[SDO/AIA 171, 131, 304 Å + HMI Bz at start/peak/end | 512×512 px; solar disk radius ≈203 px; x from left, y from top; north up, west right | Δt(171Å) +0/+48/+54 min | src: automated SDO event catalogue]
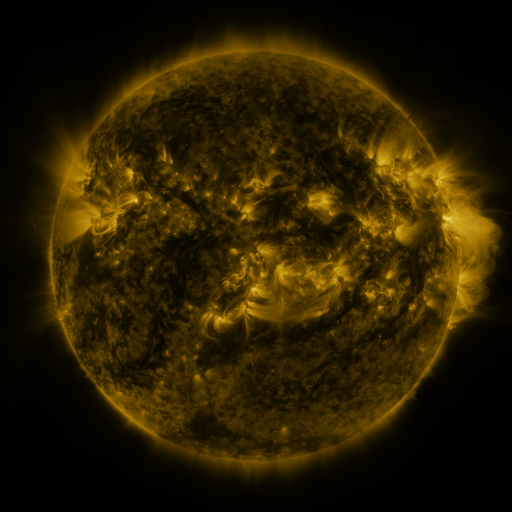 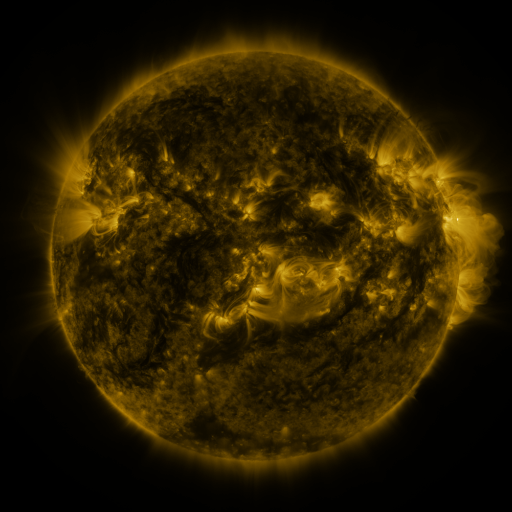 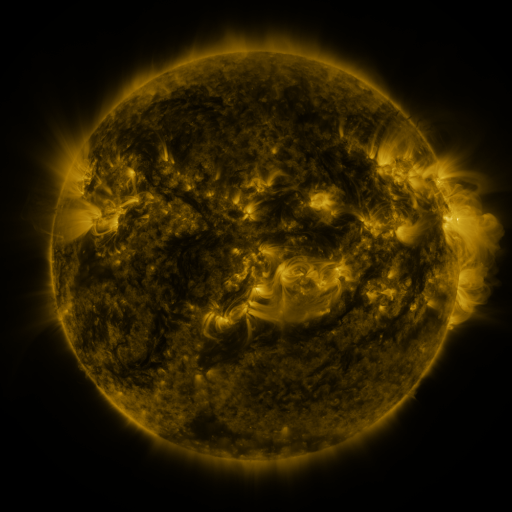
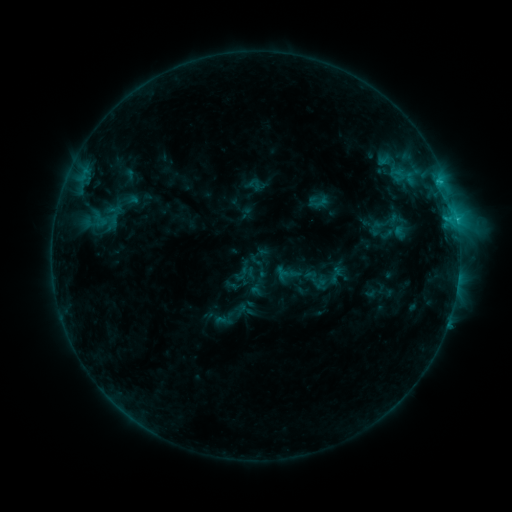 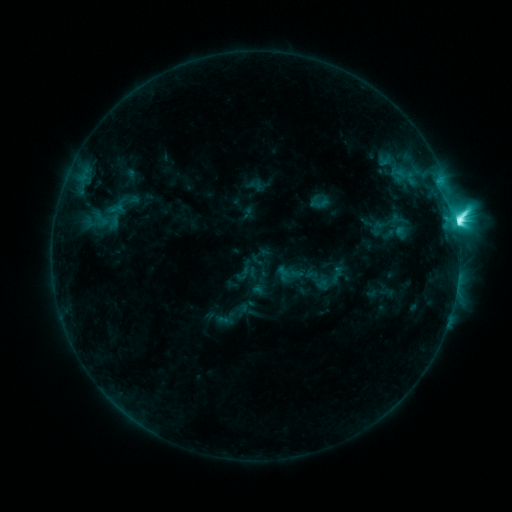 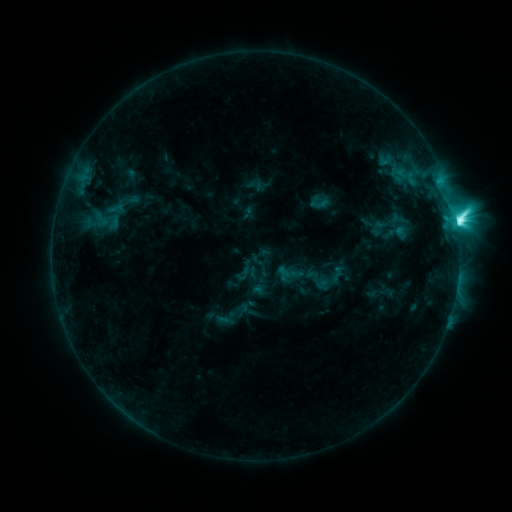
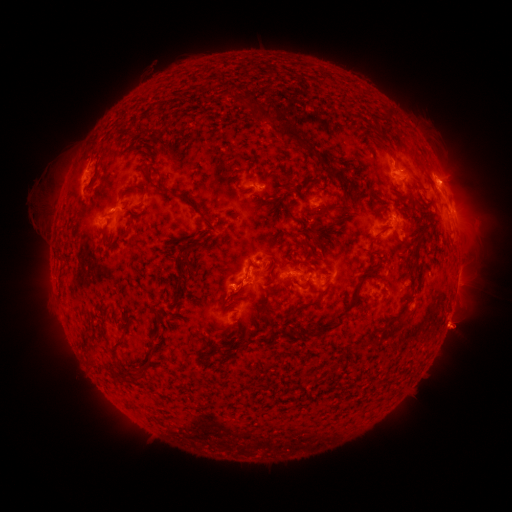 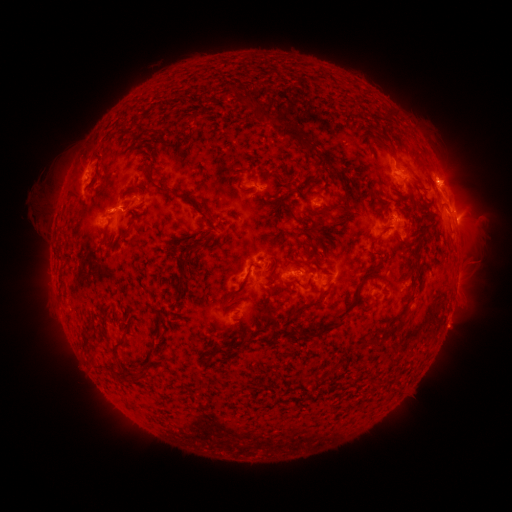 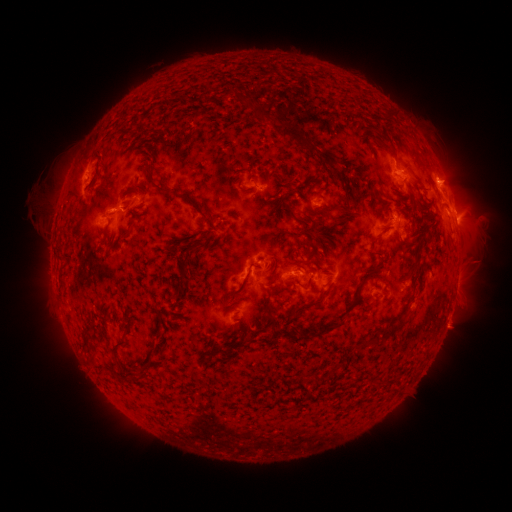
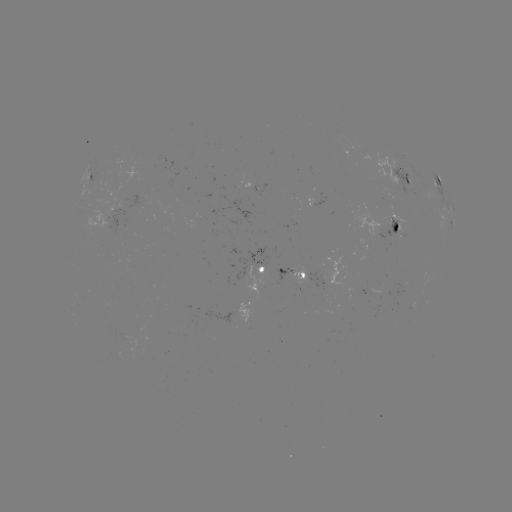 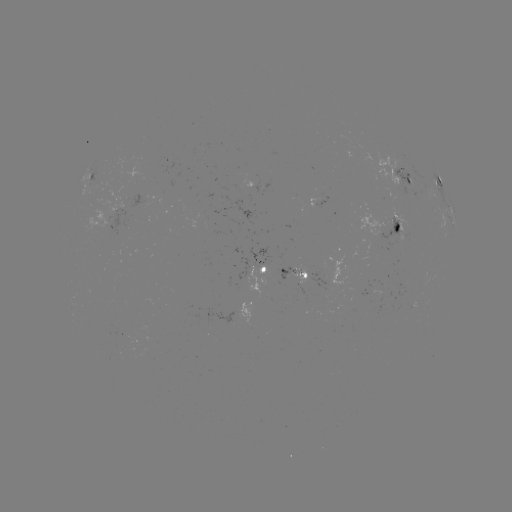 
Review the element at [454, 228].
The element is M1.1 flare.